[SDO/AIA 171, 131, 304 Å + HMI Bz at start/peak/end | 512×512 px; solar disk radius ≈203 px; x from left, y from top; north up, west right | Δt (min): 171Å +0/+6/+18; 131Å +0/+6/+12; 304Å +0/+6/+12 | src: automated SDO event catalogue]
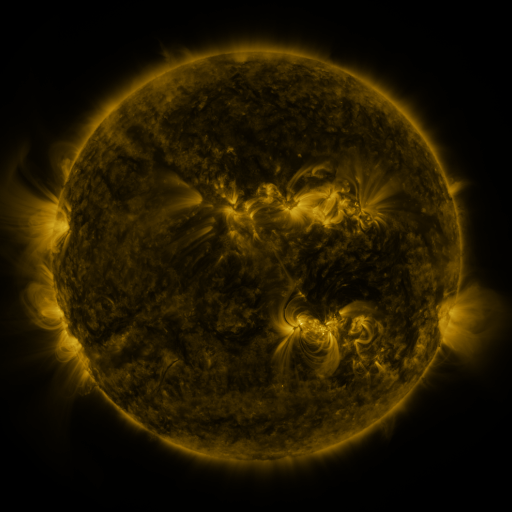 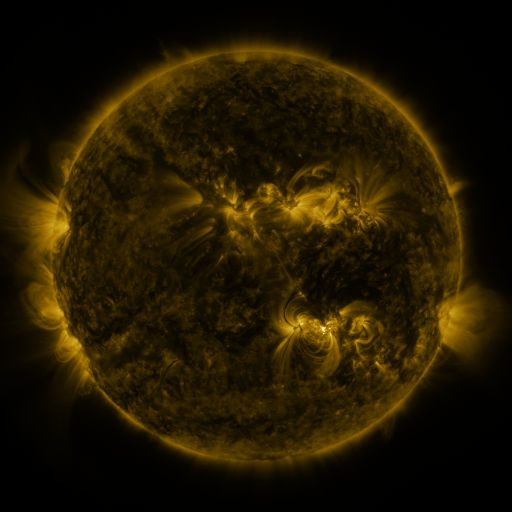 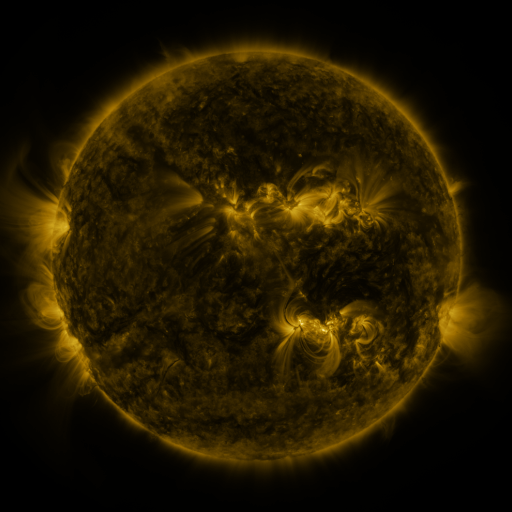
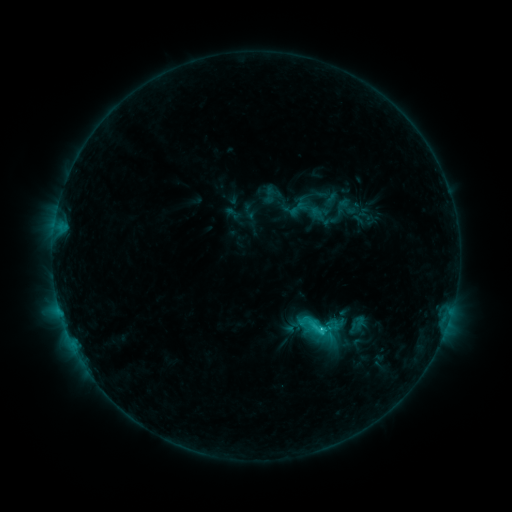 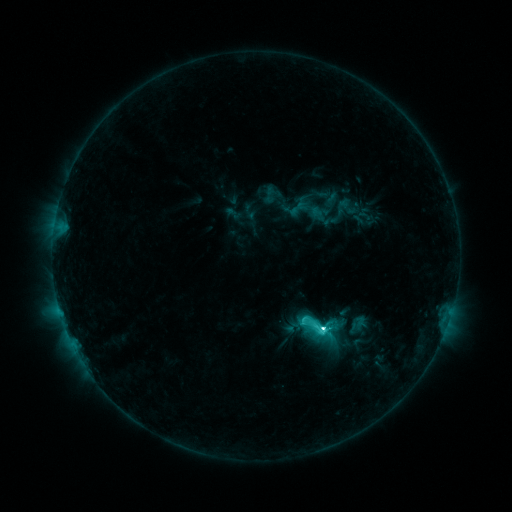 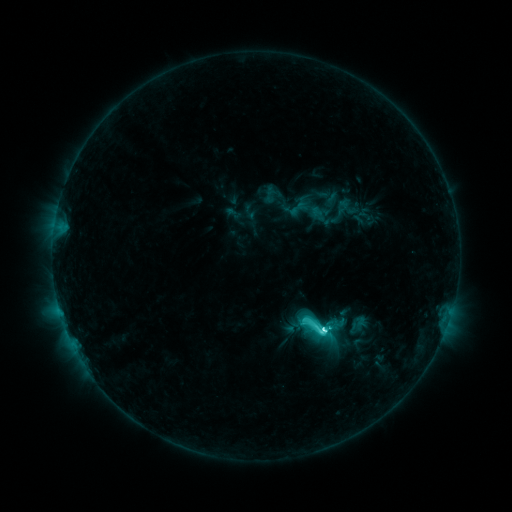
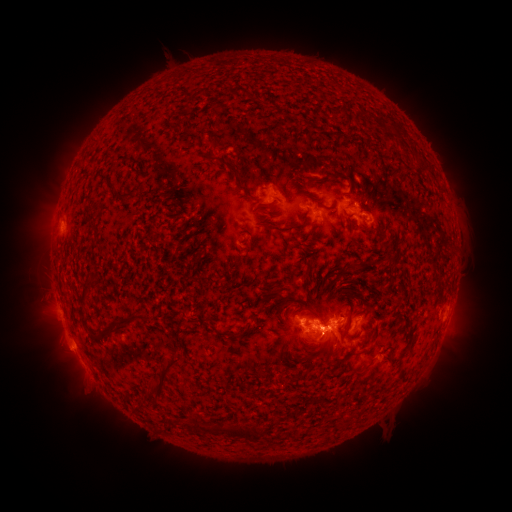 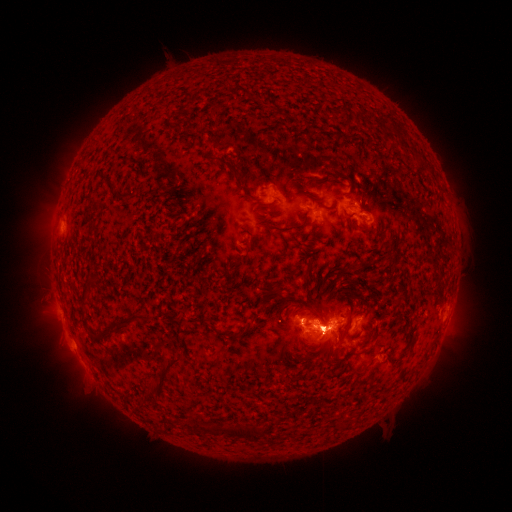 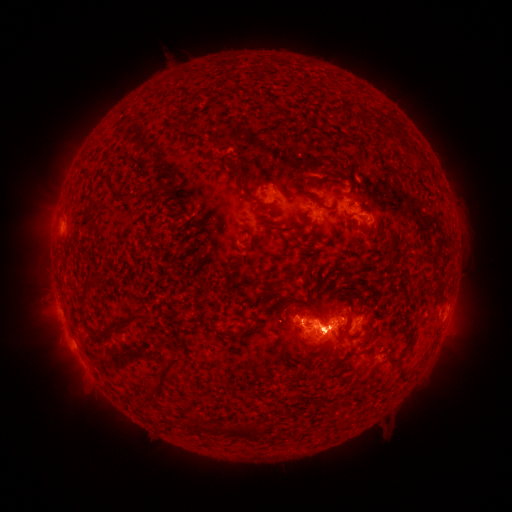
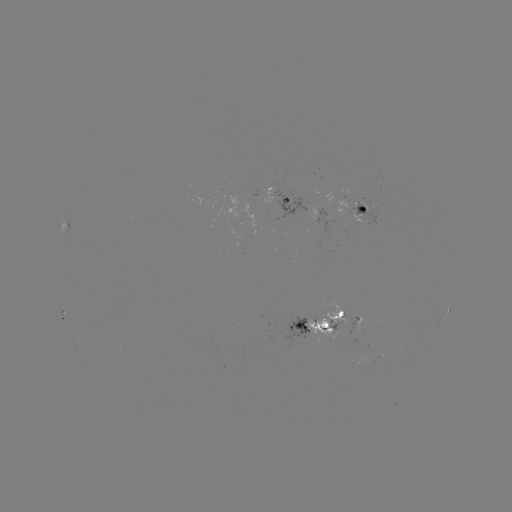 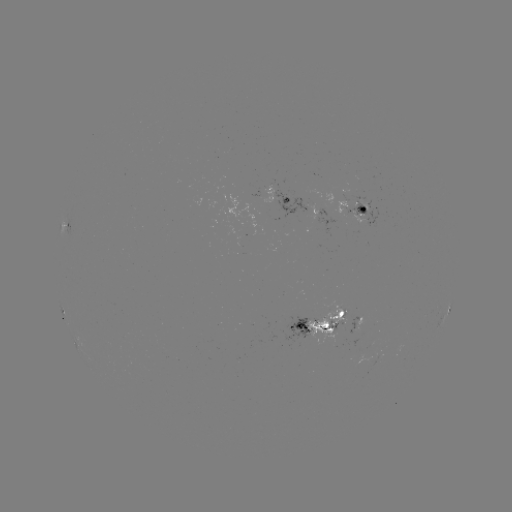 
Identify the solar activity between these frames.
eruption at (51, 342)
